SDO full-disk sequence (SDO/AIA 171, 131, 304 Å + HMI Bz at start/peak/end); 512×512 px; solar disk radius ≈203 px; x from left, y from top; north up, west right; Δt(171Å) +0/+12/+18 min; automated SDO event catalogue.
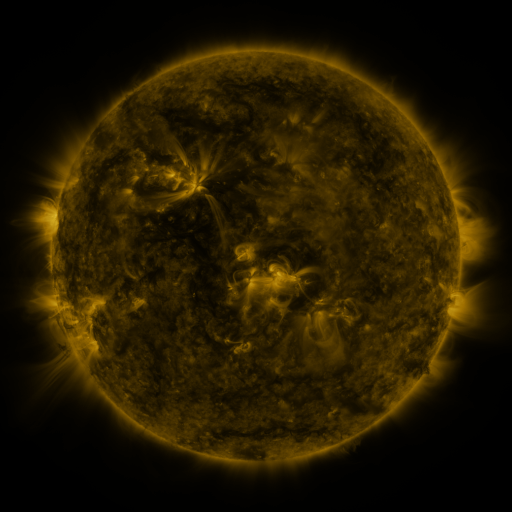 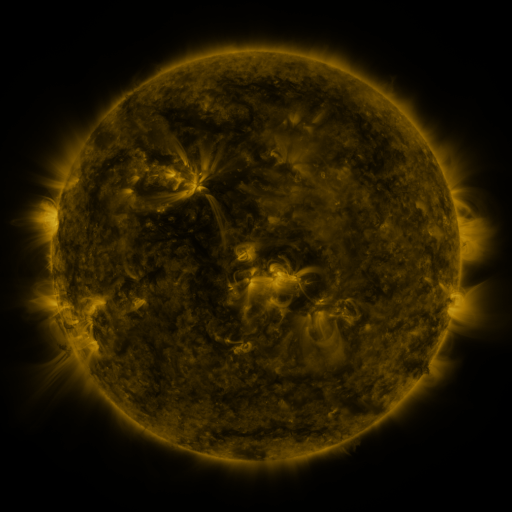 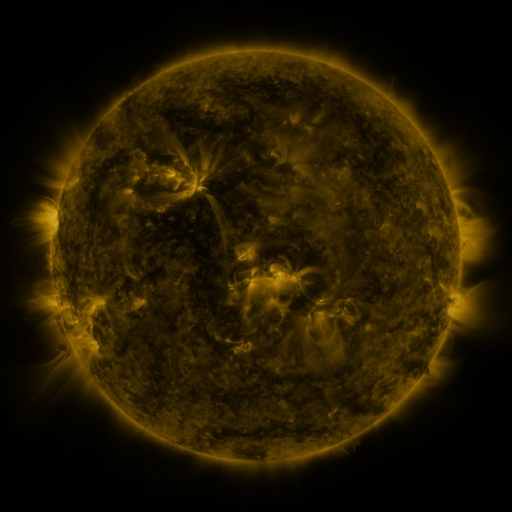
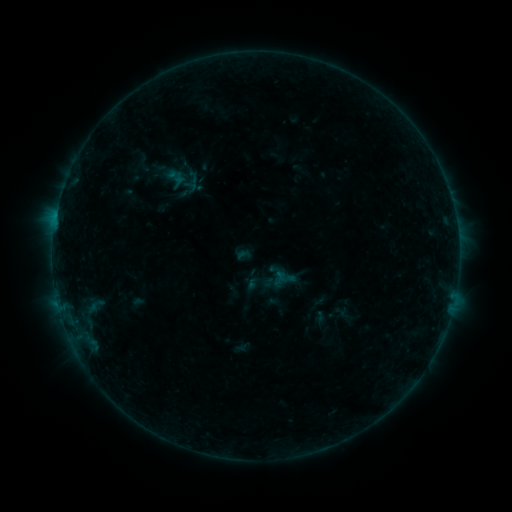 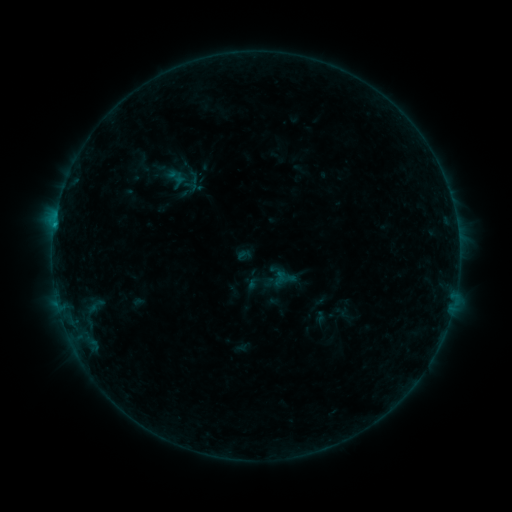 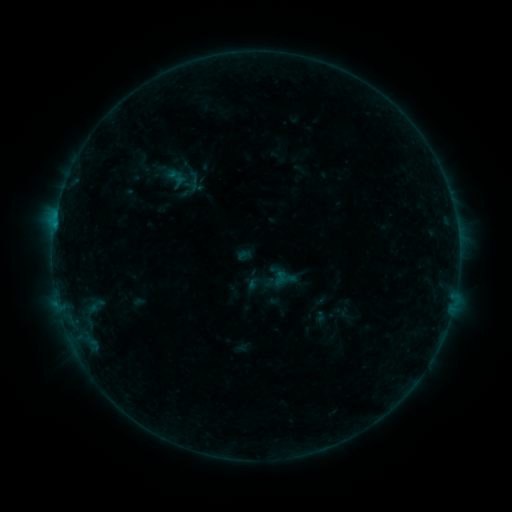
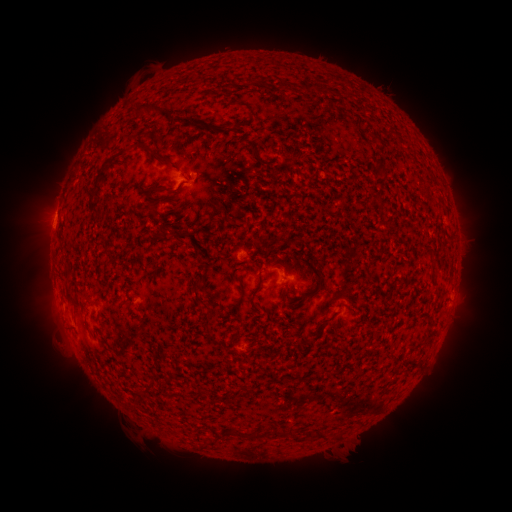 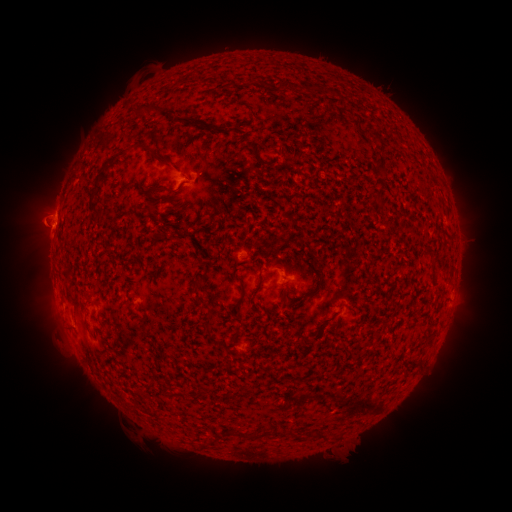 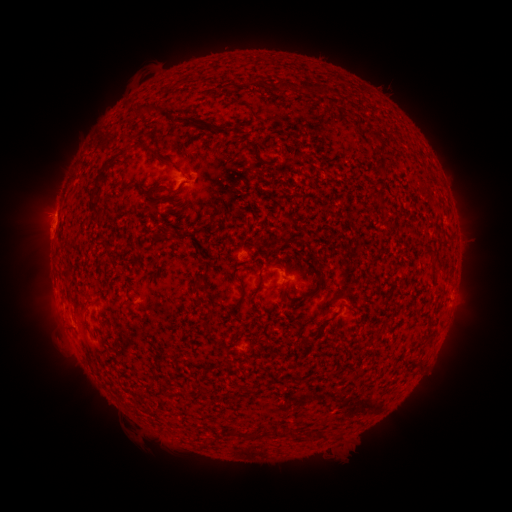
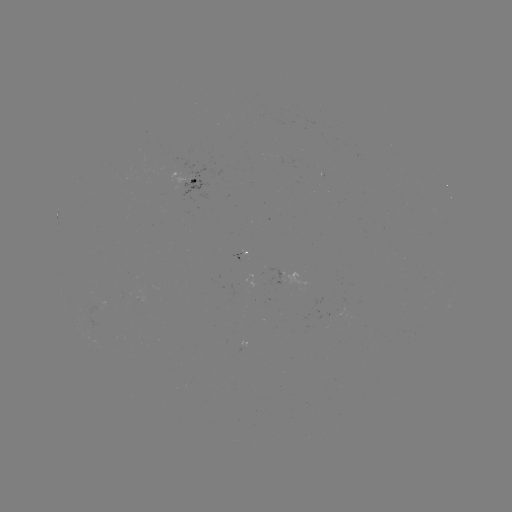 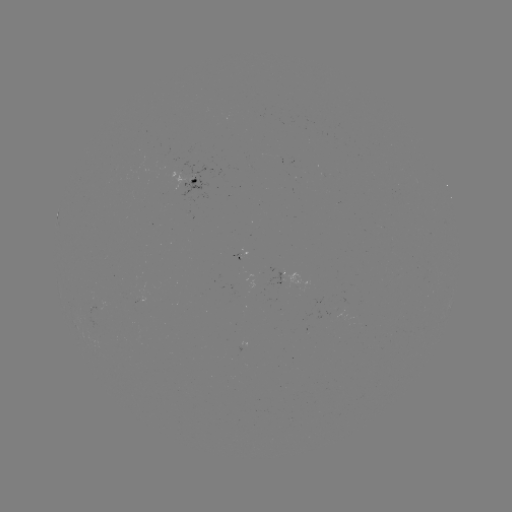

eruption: (15, 189, 64, 248)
